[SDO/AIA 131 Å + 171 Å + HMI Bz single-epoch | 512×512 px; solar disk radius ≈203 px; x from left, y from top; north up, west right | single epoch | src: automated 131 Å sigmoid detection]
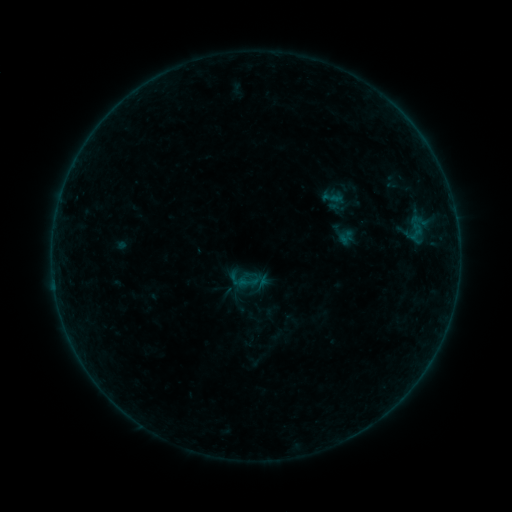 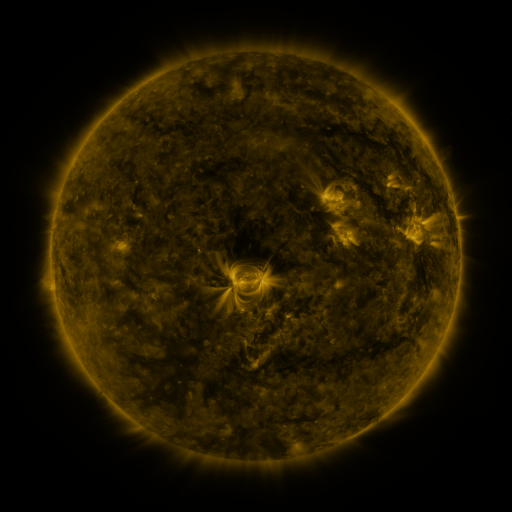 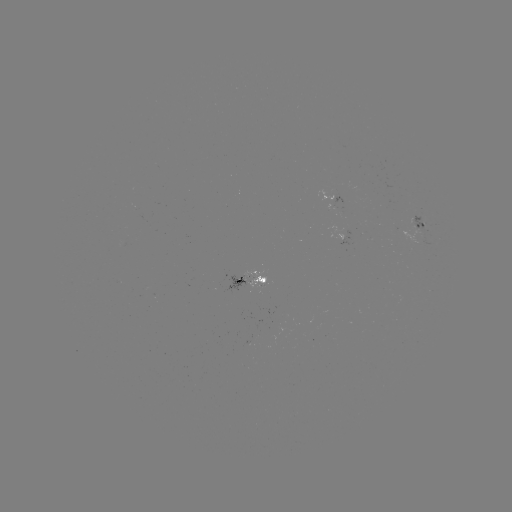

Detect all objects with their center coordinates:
sigmoid: (404, 222, 427, 241)
sigmoid: (236, 271, 259, 293)
